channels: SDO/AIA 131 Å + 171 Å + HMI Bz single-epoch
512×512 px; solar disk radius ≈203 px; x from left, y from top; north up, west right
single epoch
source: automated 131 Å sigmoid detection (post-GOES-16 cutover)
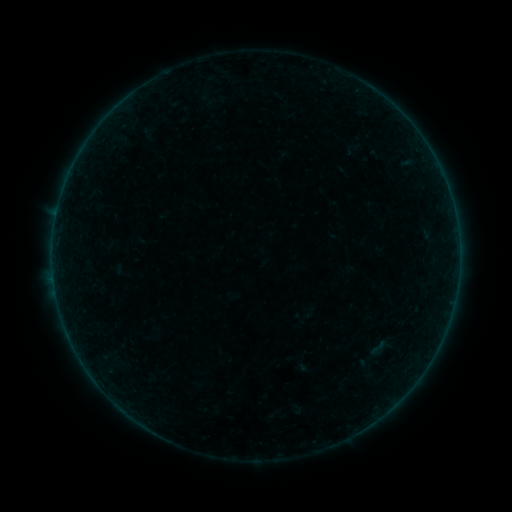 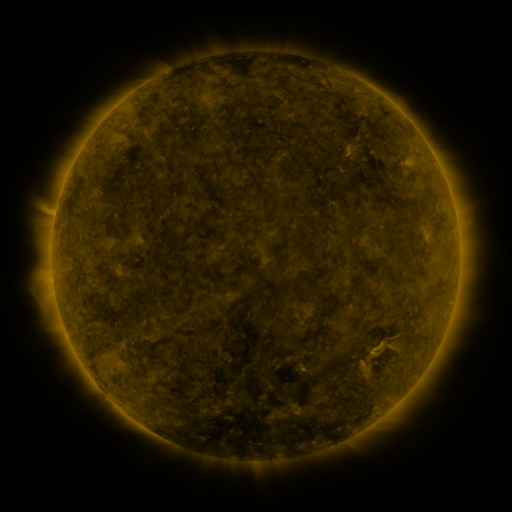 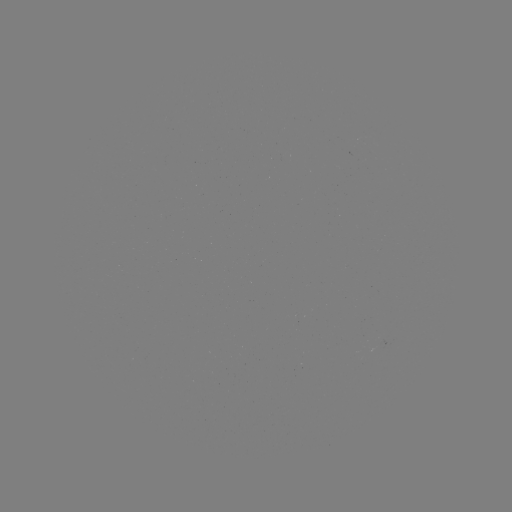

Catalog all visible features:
sigmoid: <bbox>367, 337, 387, 359</bbox>
